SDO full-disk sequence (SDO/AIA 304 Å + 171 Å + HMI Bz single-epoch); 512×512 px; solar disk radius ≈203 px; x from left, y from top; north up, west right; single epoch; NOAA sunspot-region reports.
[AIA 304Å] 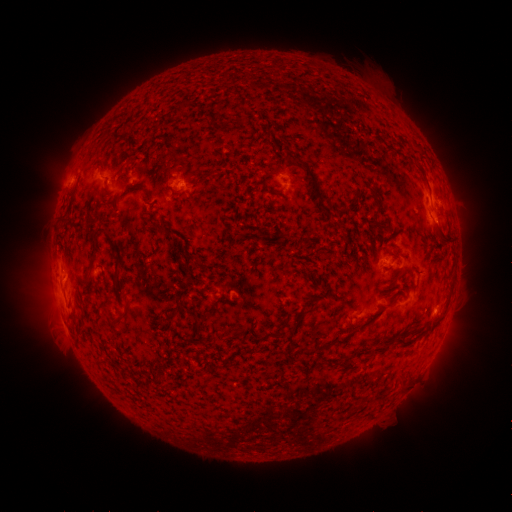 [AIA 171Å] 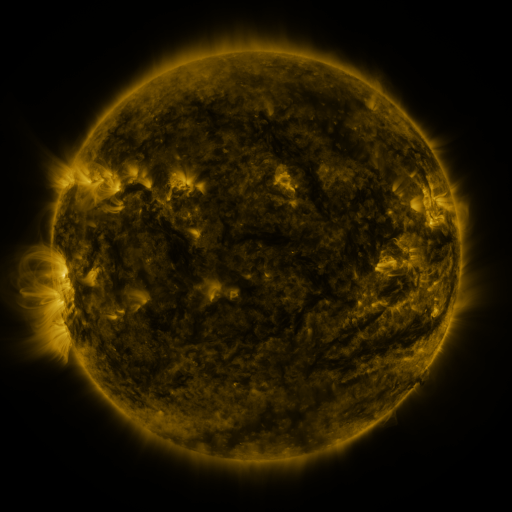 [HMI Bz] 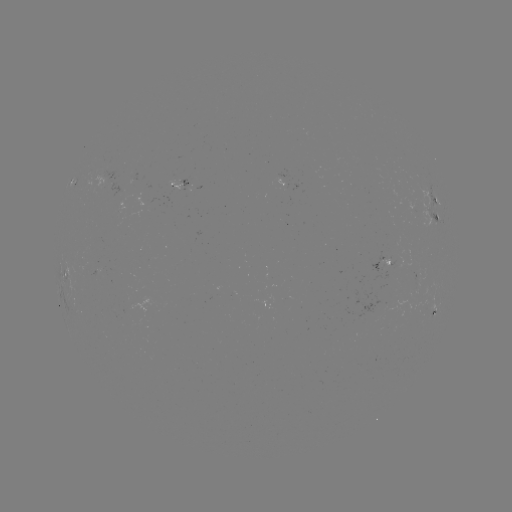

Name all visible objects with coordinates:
spotted active region: (75, 182)
spotted active region: (286, 183)
spotted active region: (185, 184)
spotted active region: (435, 206)
spotted active region: (383, 261)
spotted active region: (67, 271)
spotted active region: (432, 308)
